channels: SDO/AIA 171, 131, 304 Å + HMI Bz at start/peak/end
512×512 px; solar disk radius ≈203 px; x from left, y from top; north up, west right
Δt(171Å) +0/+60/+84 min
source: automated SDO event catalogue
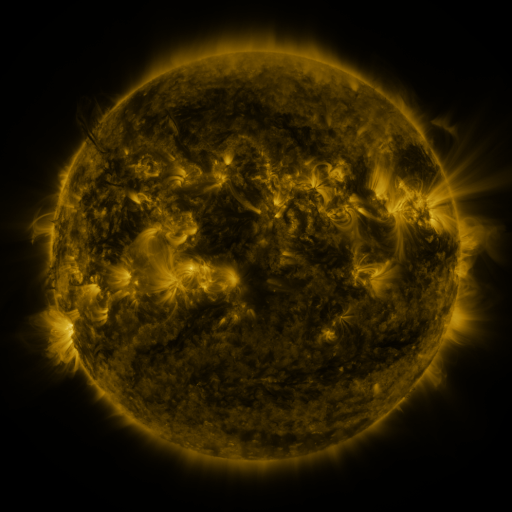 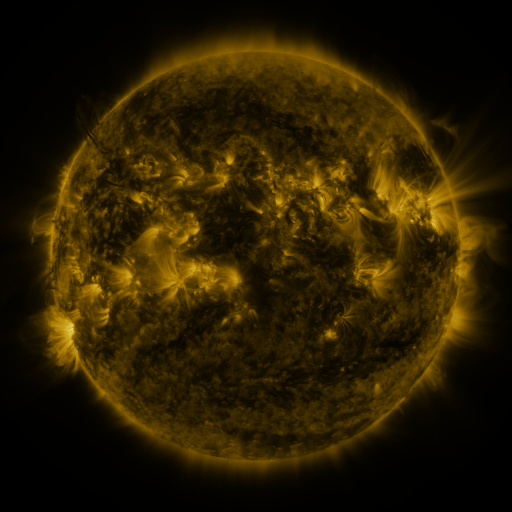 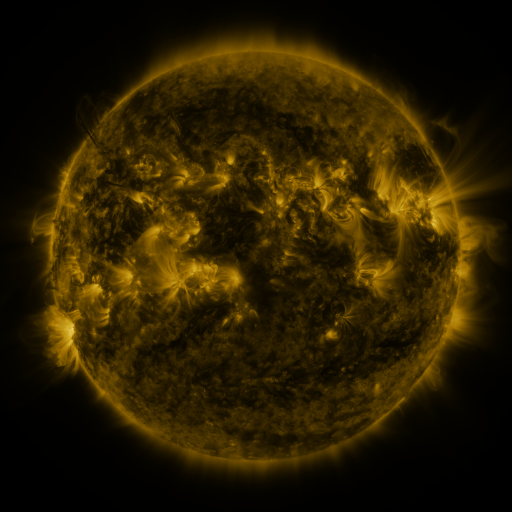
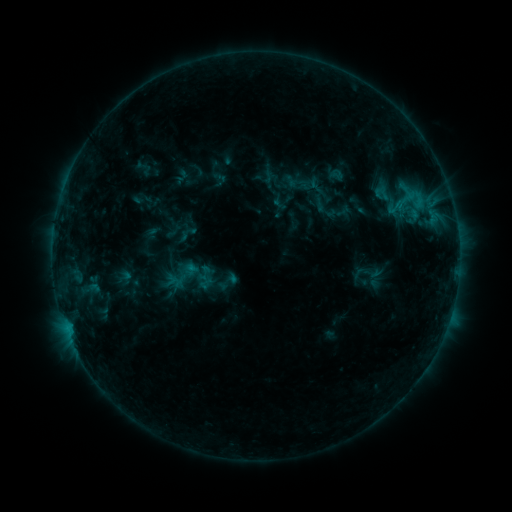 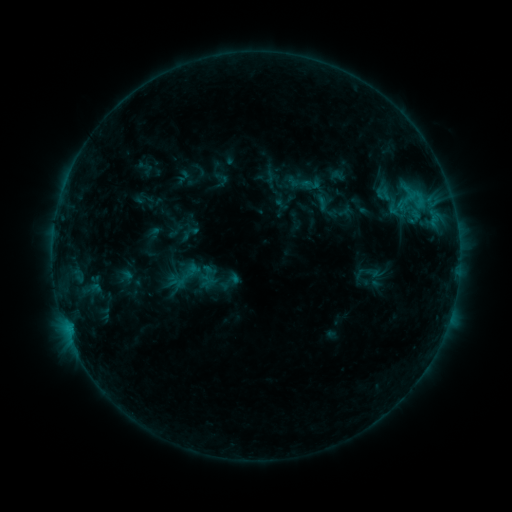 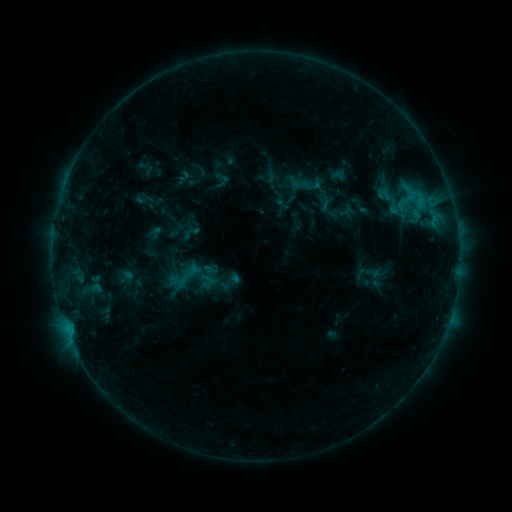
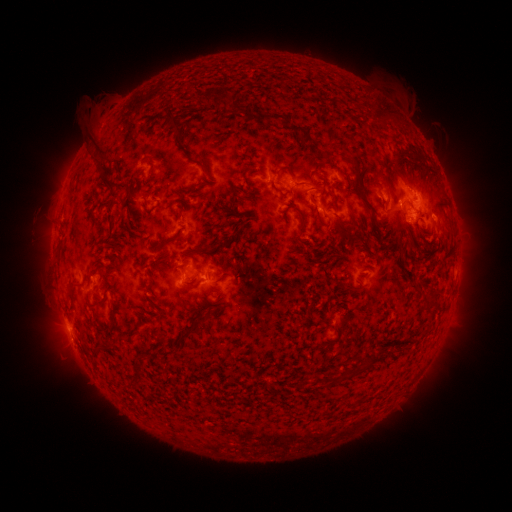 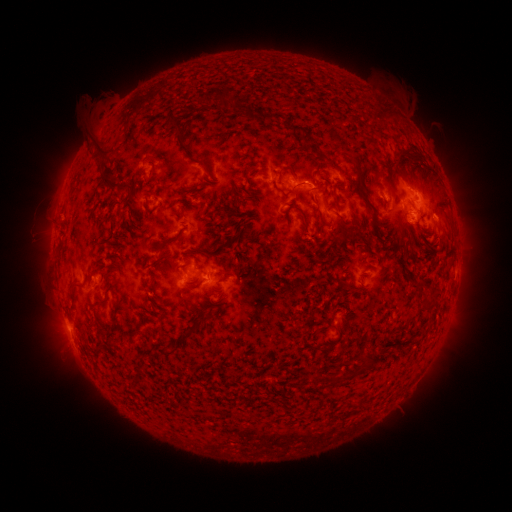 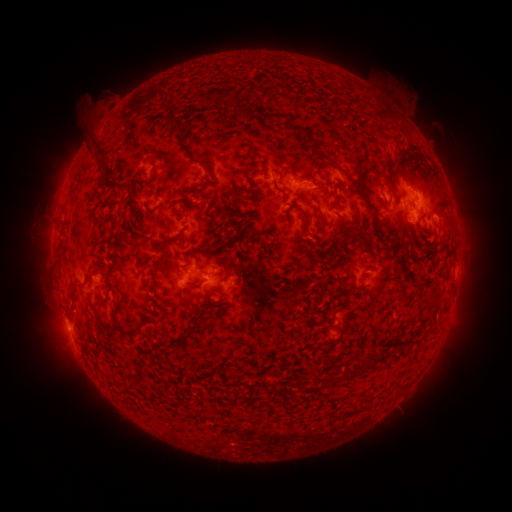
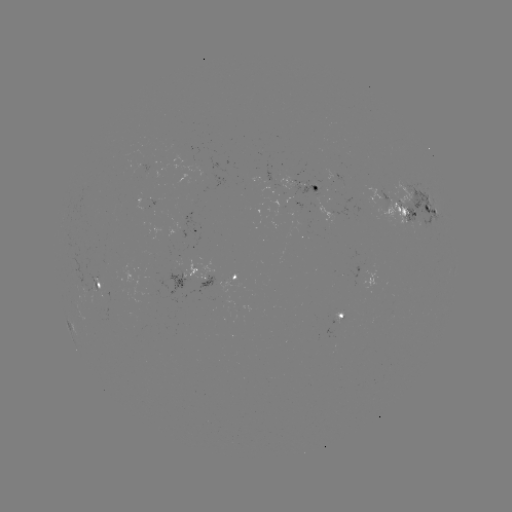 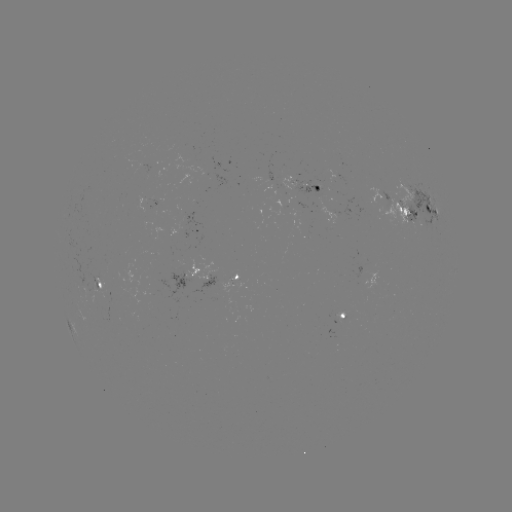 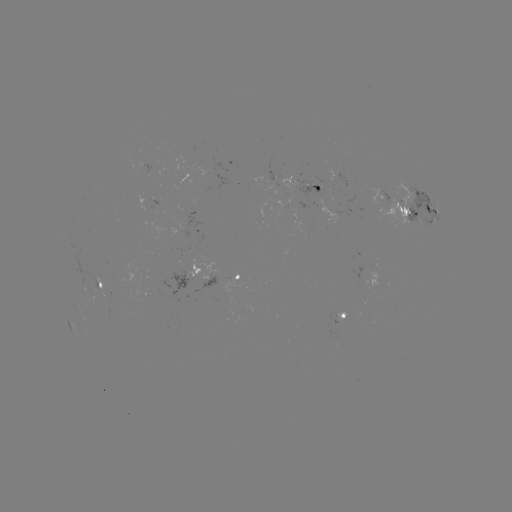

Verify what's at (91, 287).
emerging-flux region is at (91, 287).